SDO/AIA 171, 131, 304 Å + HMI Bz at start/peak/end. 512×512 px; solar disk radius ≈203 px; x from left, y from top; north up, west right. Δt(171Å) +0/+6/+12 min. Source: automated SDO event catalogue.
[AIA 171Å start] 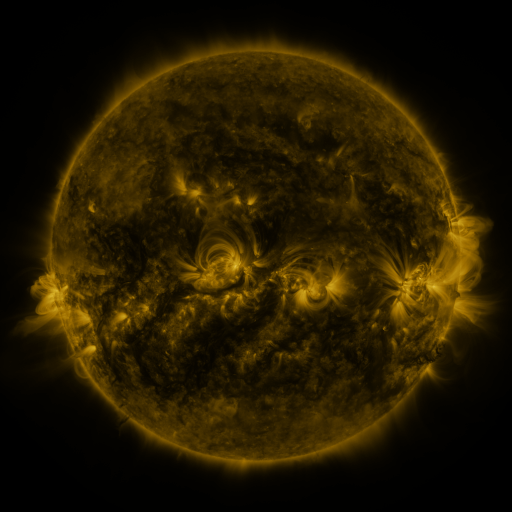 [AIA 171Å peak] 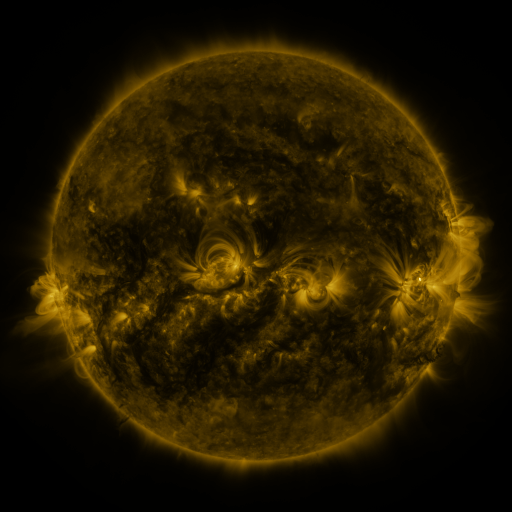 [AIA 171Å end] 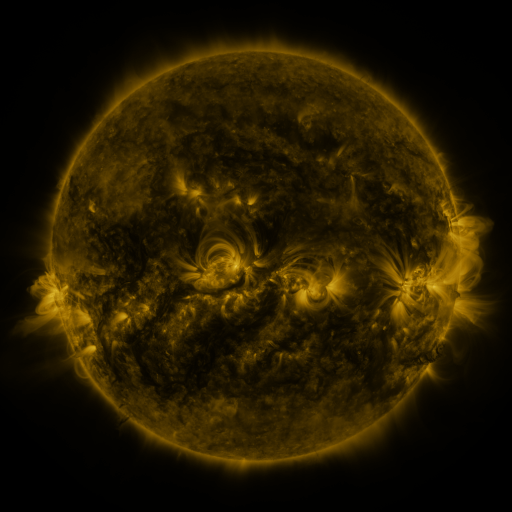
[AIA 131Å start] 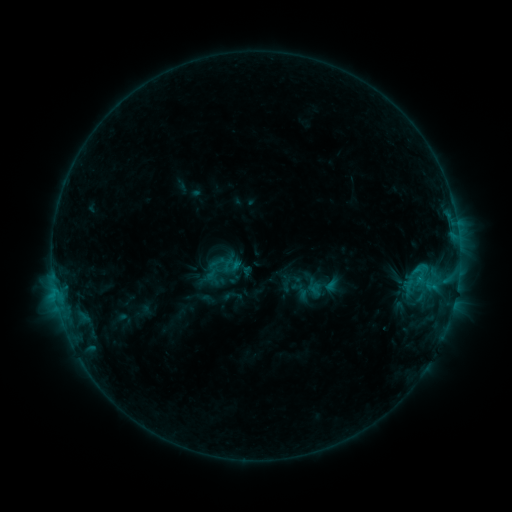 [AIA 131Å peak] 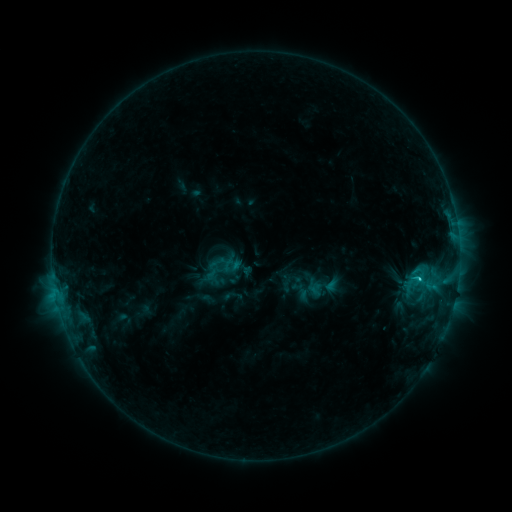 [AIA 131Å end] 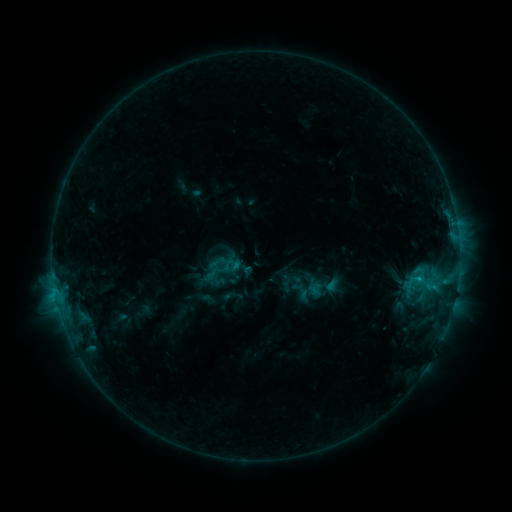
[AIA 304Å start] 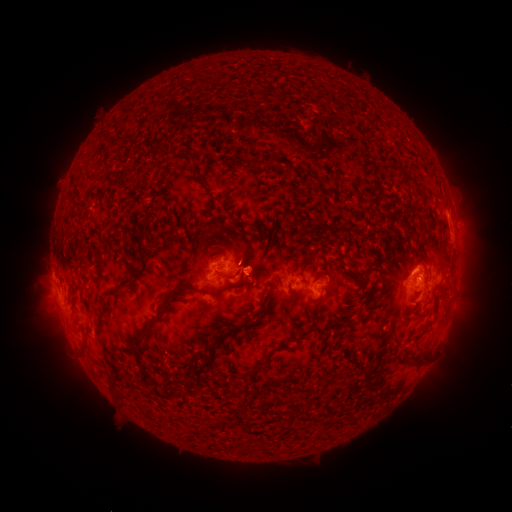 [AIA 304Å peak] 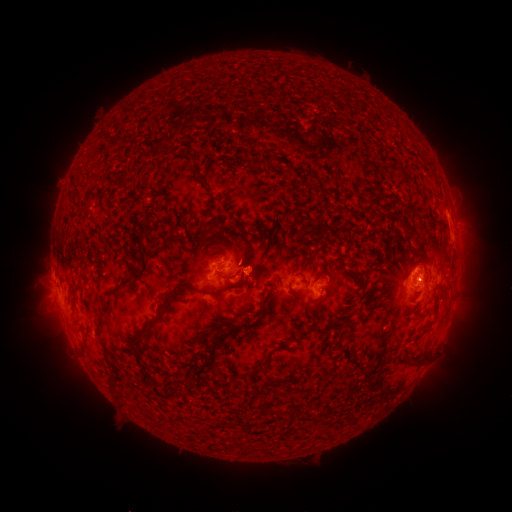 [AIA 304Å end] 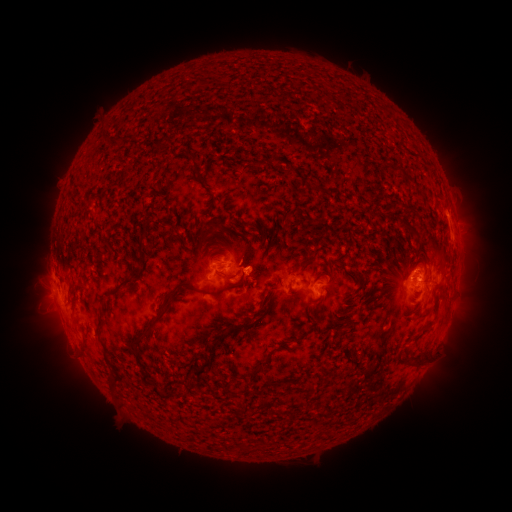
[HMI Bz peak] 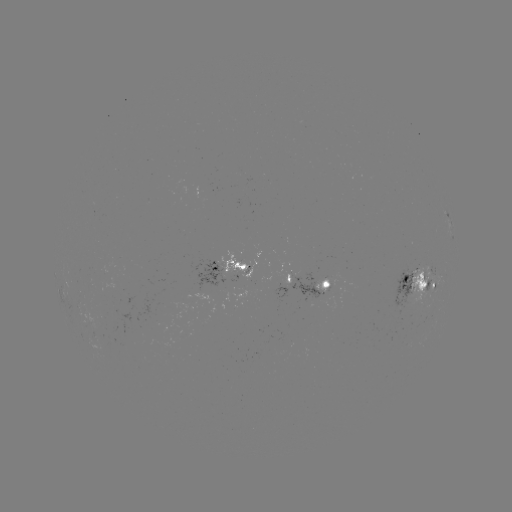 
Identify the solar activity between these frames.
C1.5 flare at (418, 277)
